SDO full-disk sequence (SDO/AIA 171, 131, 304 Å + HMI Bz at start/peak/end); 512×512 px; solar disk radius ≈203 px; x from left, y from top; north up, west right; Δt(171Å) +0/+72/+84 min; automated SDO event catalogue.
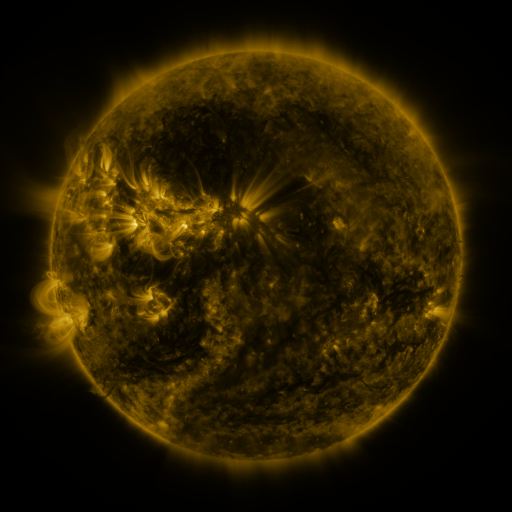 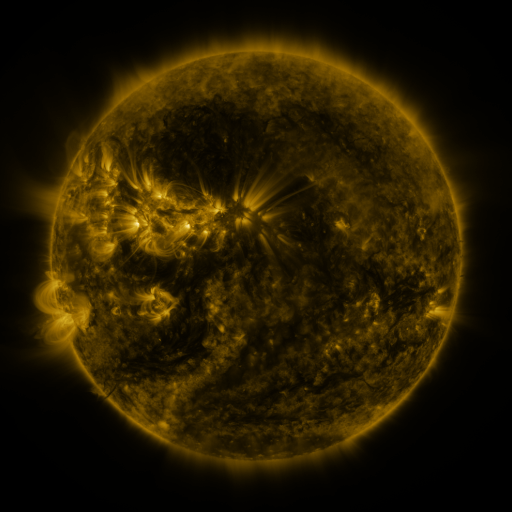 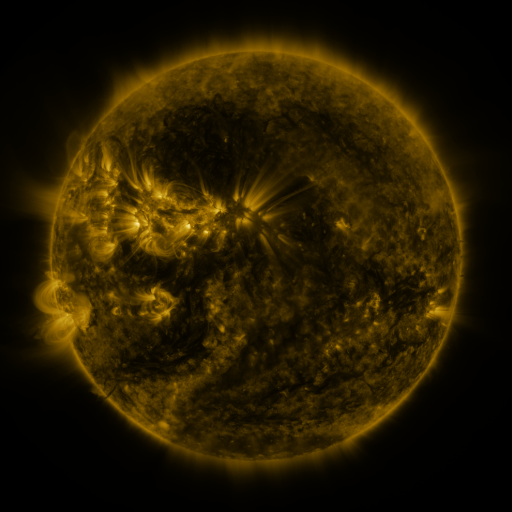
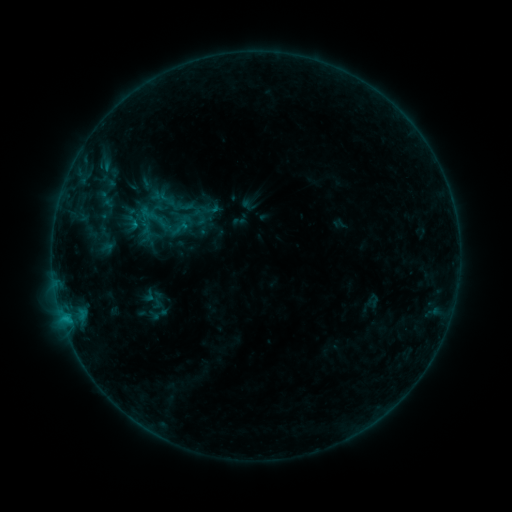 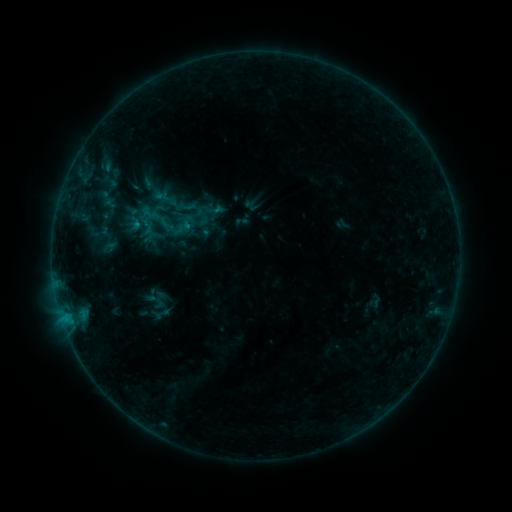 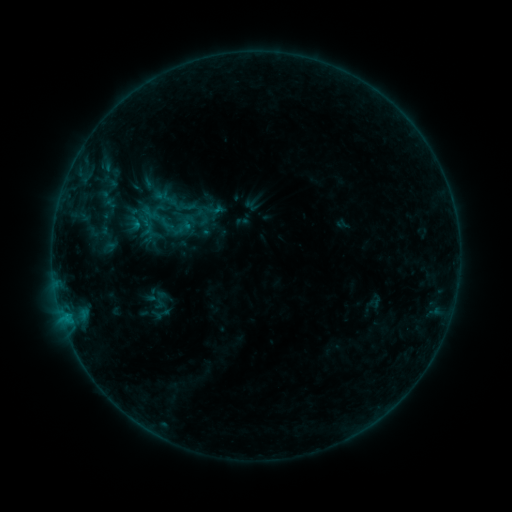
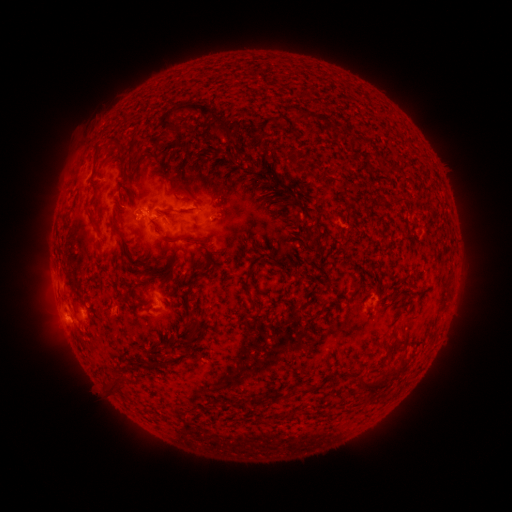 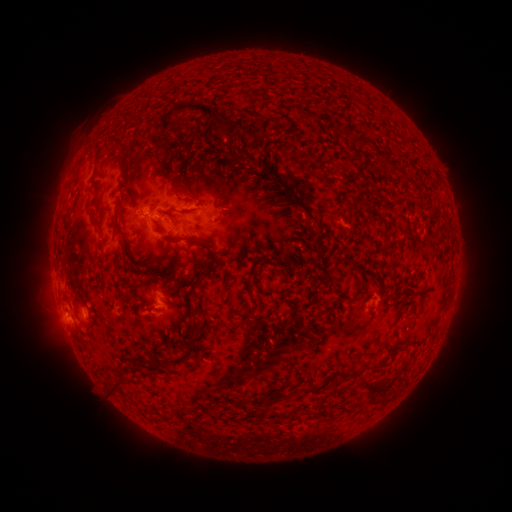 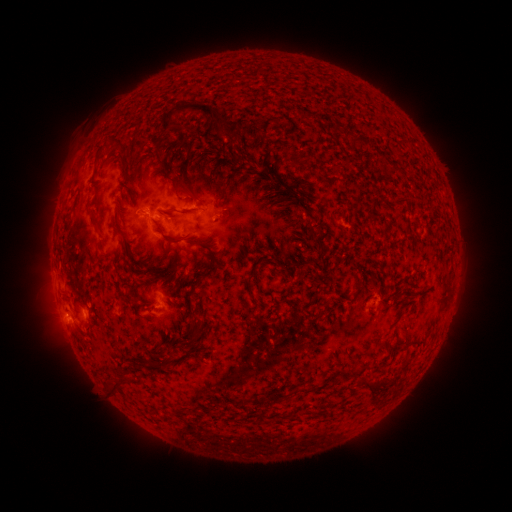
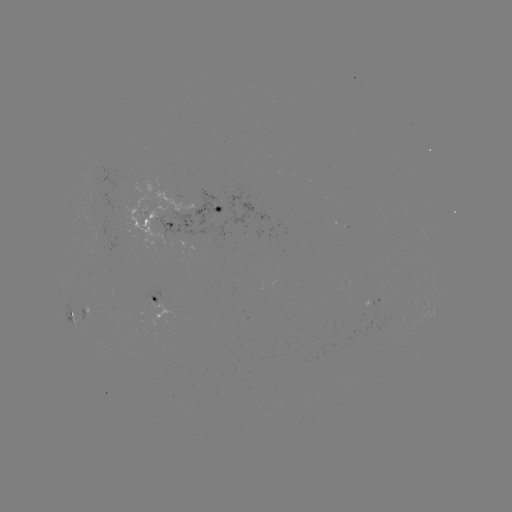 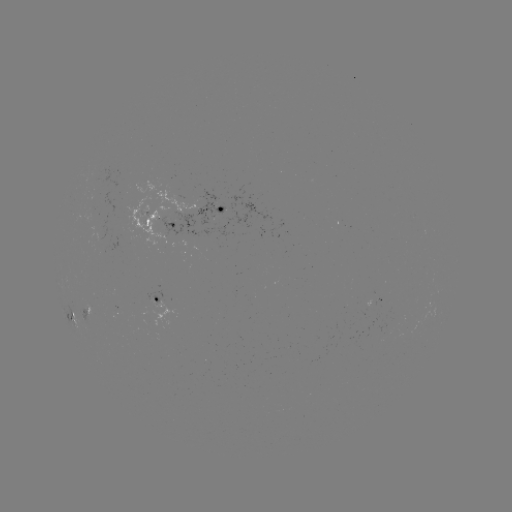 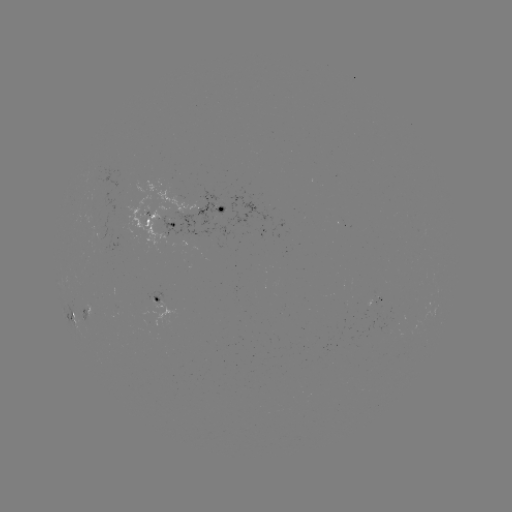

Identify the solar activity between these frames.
emerging-flux region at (377, 309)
